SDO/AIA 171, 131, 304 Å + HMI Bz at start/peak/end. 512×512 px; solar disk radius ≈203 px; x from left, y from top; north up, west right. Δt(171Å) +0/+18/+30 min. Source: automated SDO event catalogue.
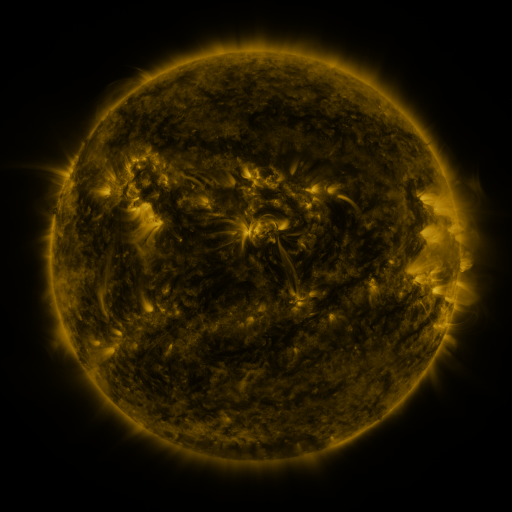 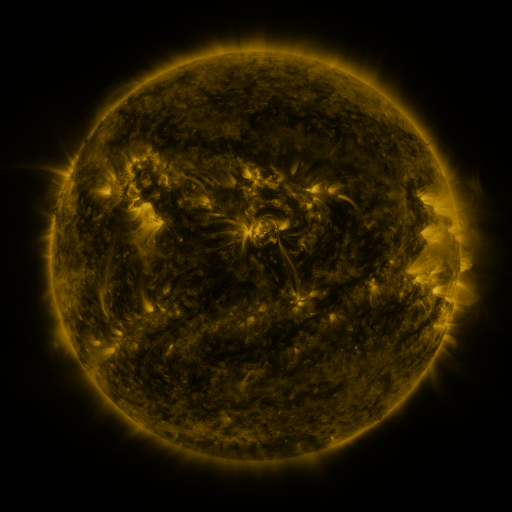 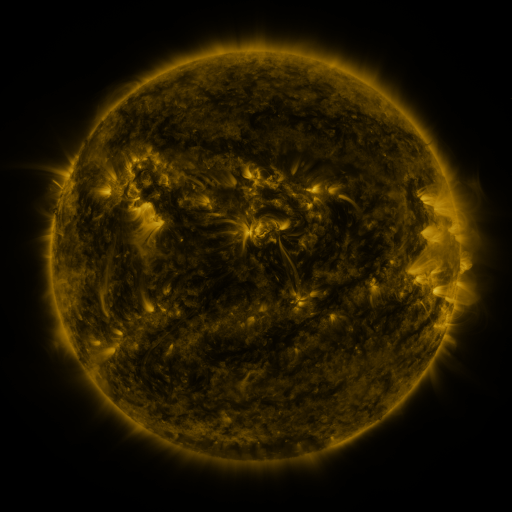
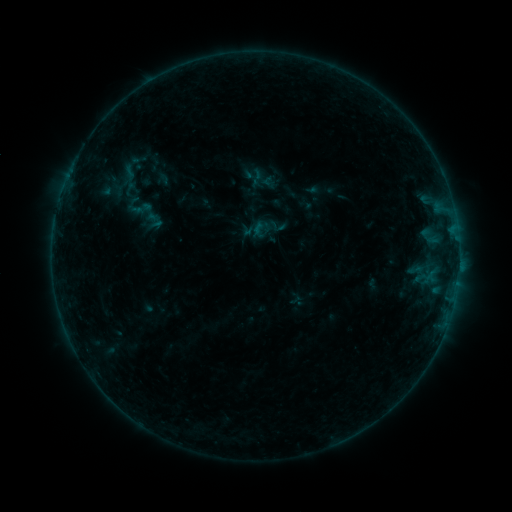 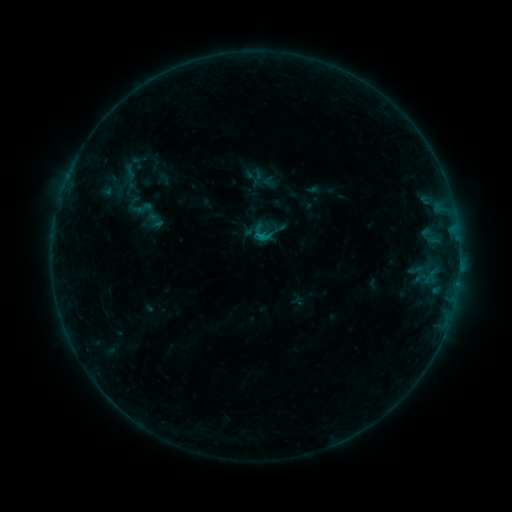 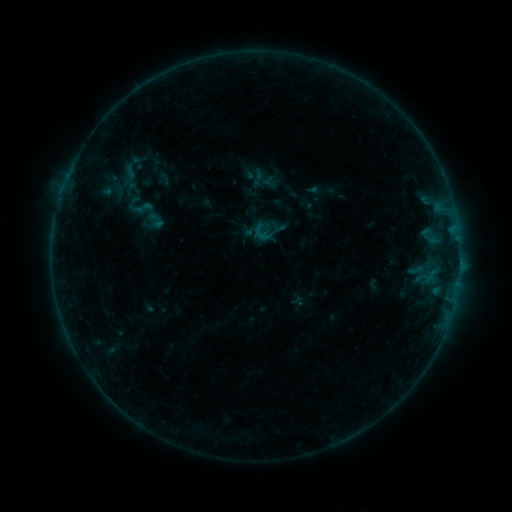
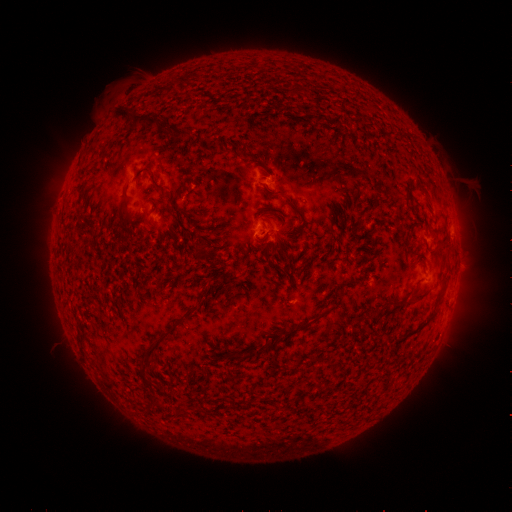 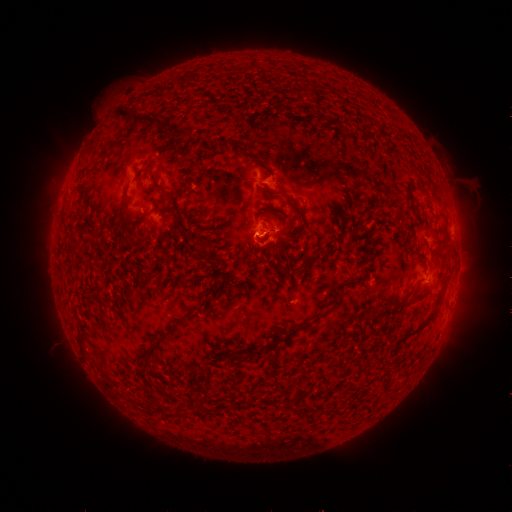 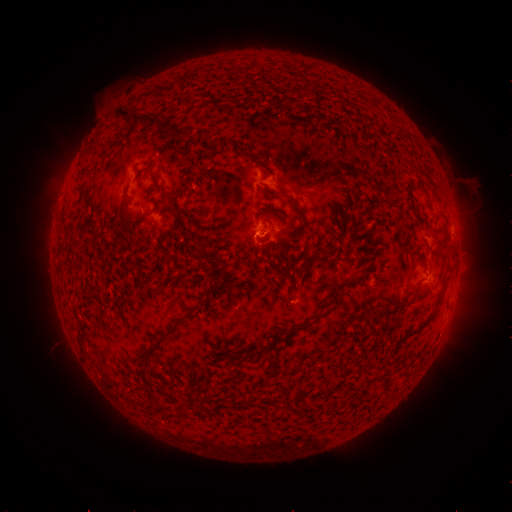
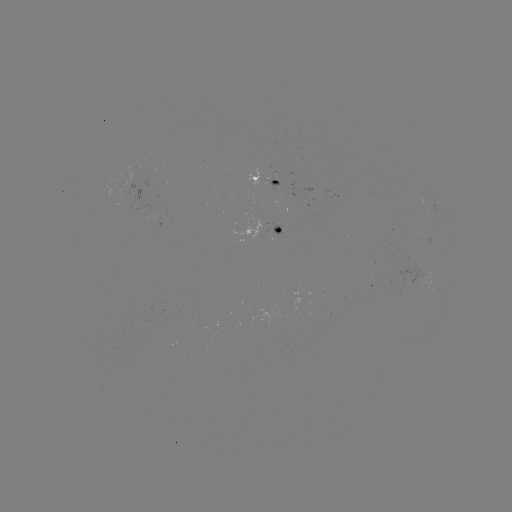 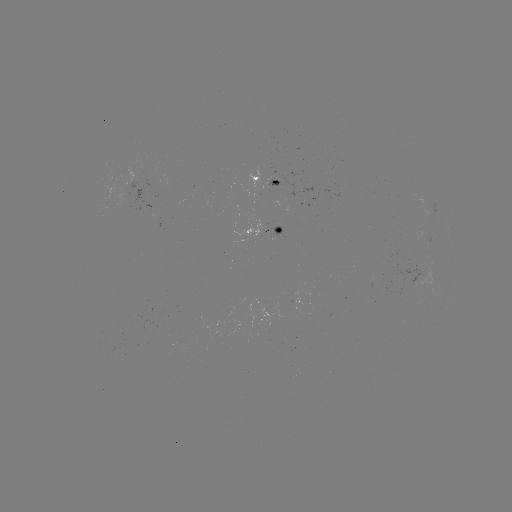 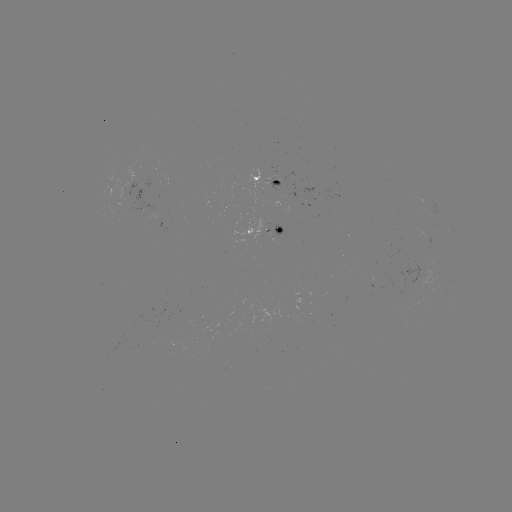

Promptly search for B5.3 flare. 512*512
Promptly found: (259, 237).